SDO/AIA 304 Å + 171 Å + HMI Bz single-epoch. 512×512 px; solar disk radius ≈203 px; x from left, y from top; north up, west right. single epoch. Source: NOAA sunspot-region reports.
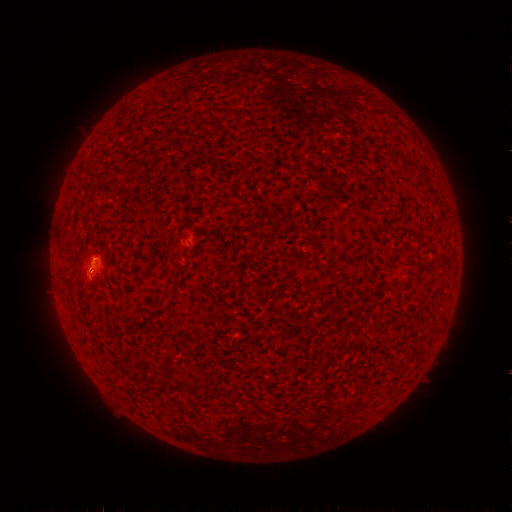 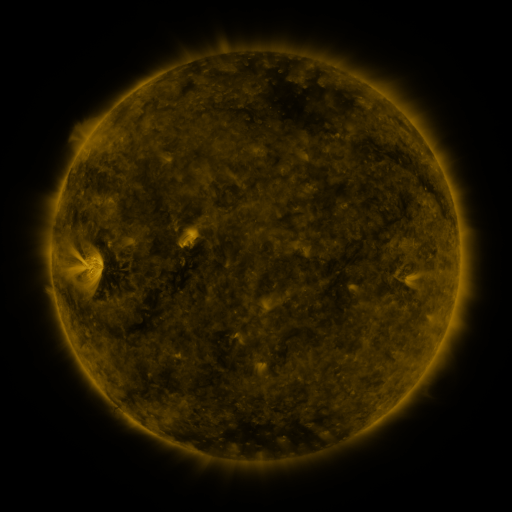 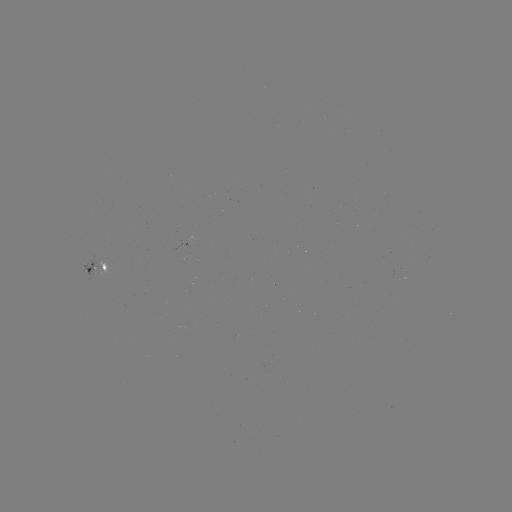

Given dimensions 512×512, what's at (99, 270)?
spotted active region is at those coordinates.